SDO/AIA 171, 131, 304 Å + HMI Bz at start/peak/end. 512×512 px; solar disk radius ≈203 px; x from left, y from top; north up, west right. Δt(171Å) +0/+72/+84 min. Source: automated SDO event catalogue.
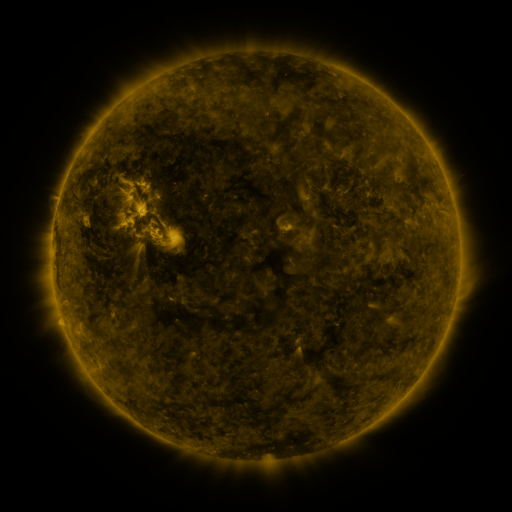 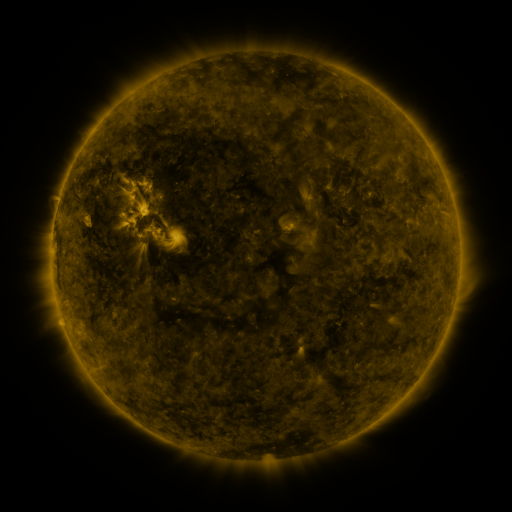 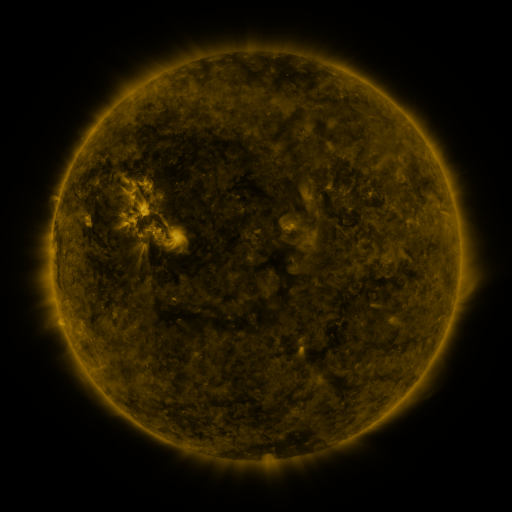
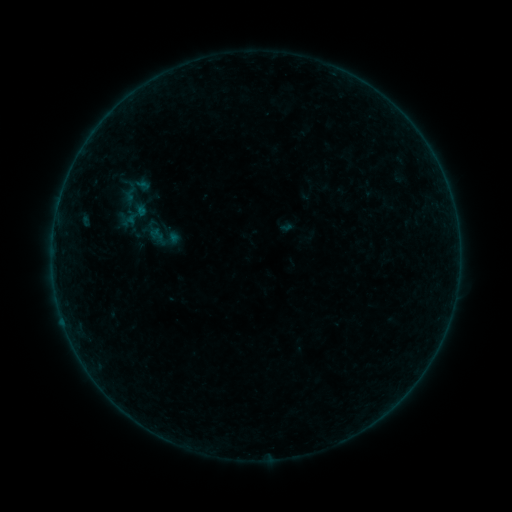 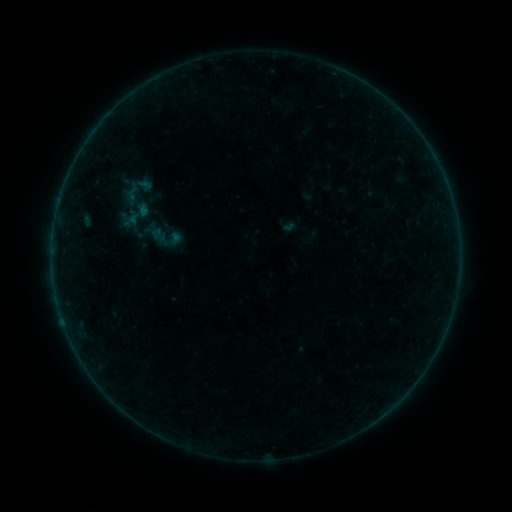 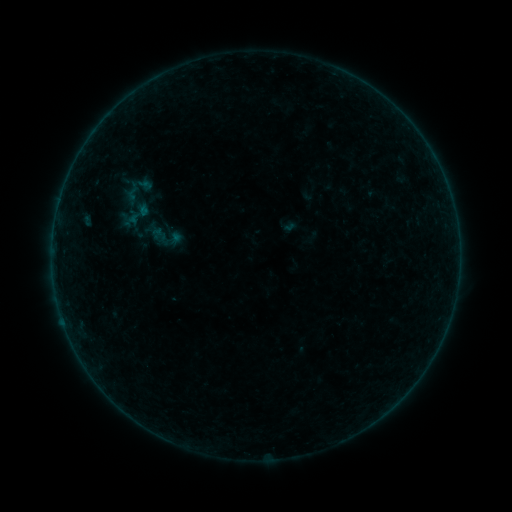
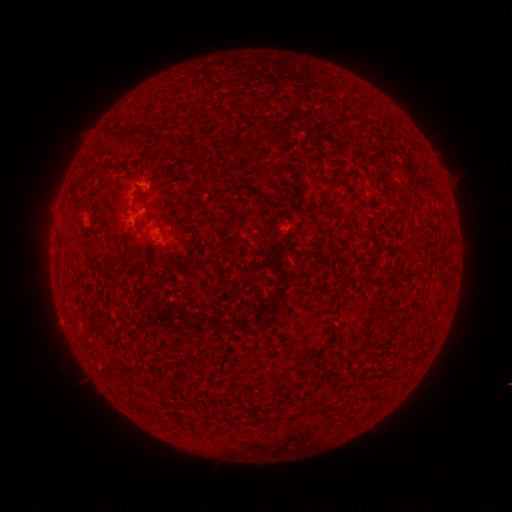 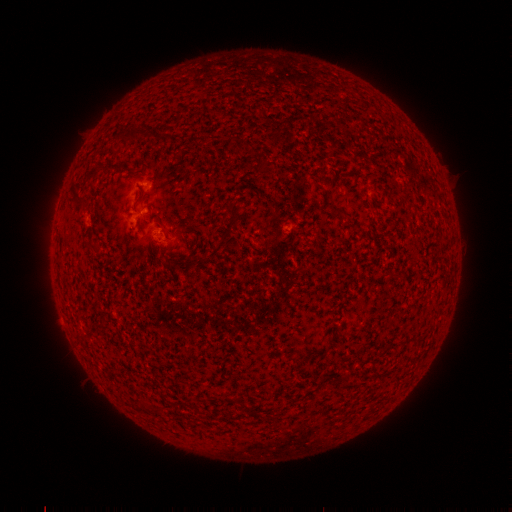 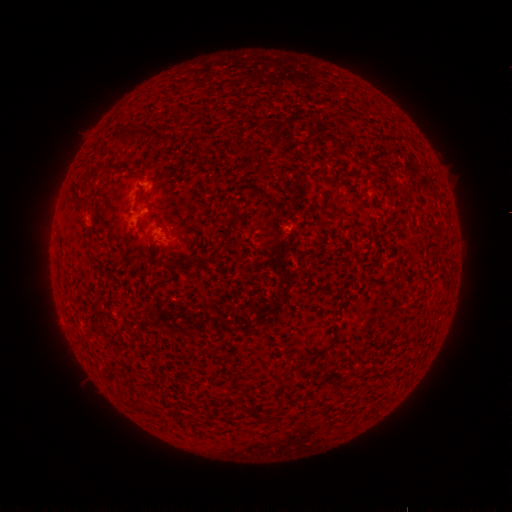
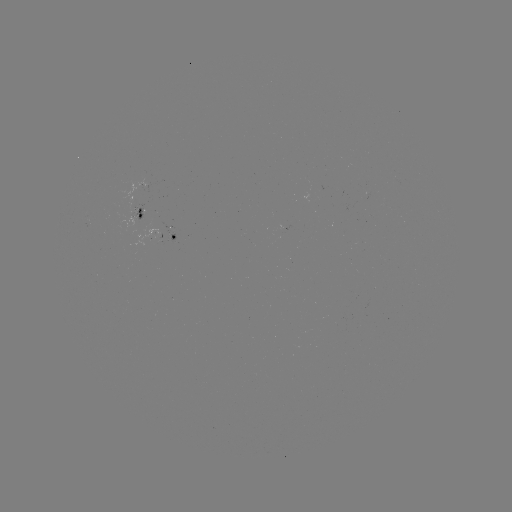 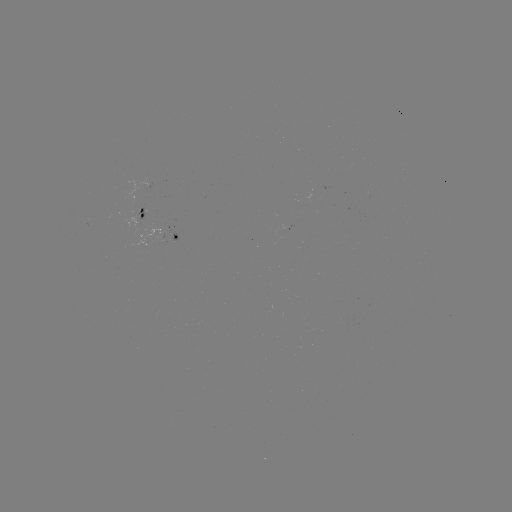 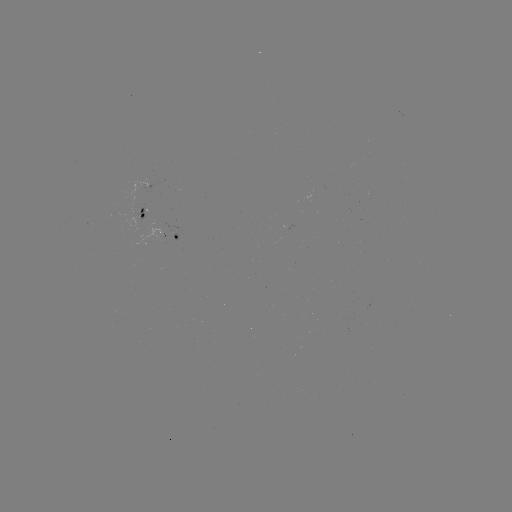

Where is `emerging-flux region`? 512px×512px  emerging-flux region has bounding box [168, 231, 178, 245].